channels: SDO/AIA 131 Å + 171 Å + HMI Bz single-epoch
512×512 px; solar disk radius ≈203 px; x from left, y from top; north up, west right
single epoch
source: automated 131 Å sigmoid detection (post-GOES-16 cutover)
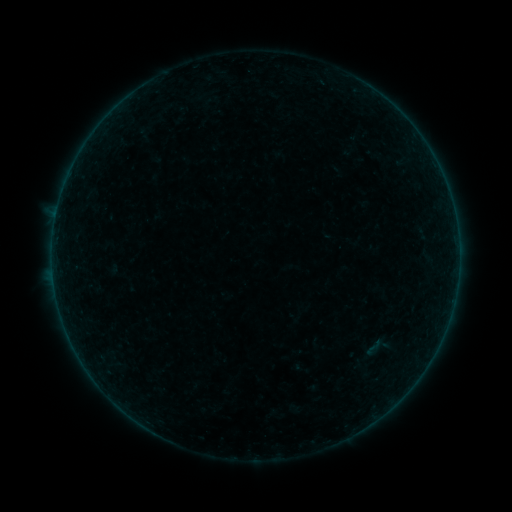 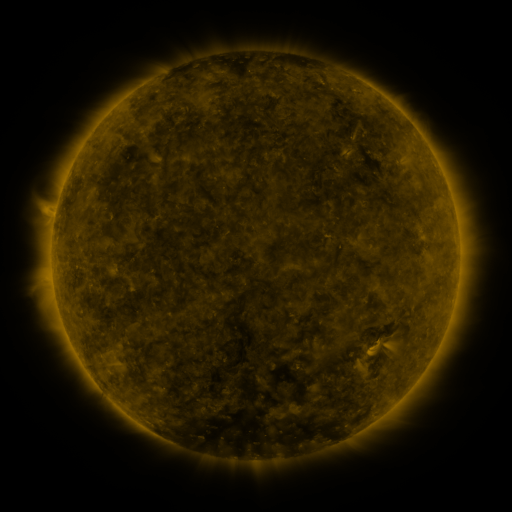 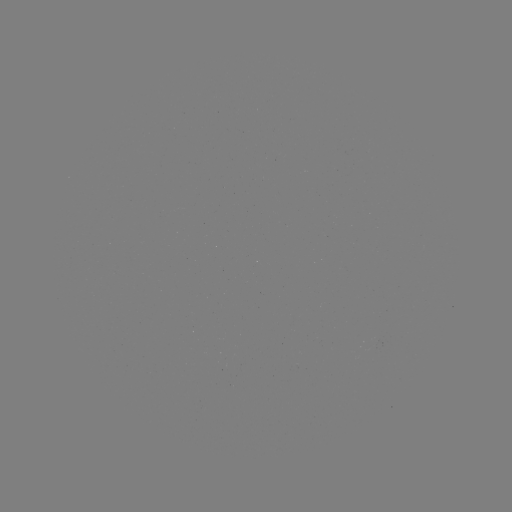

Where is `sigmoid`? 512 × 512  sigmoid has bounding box [363, 336, 383, 358].